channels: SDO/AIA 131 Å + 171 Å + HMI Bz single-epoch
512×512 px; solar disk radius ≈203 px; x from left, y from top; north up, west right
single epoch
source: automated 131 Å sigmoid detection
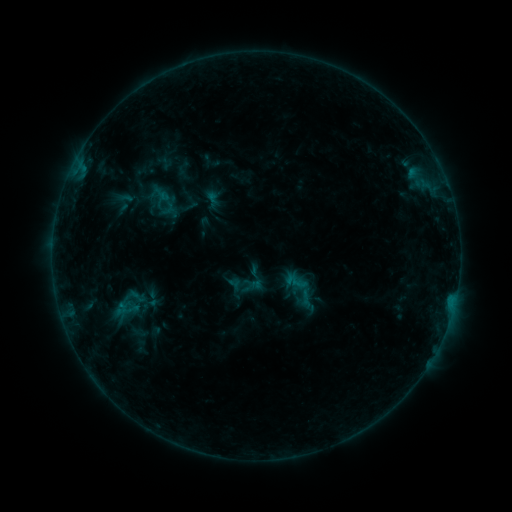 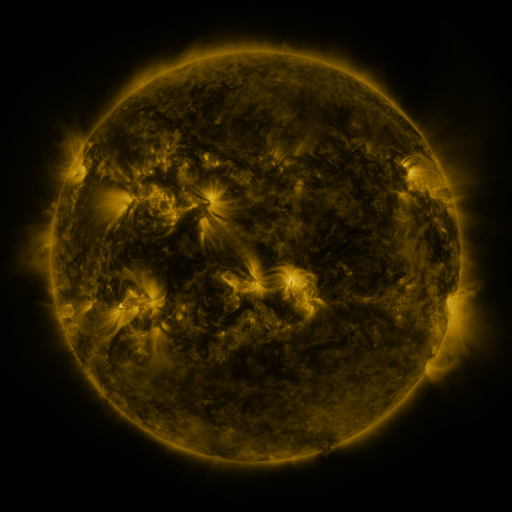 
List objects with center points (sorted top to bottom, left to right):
sigmoid: (302, 291)
sigmoid: (134, 297)
